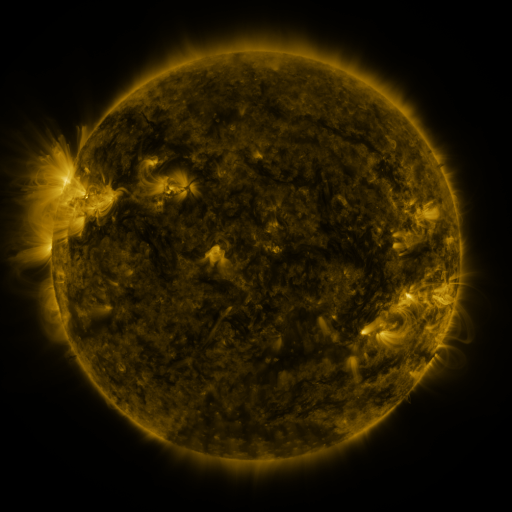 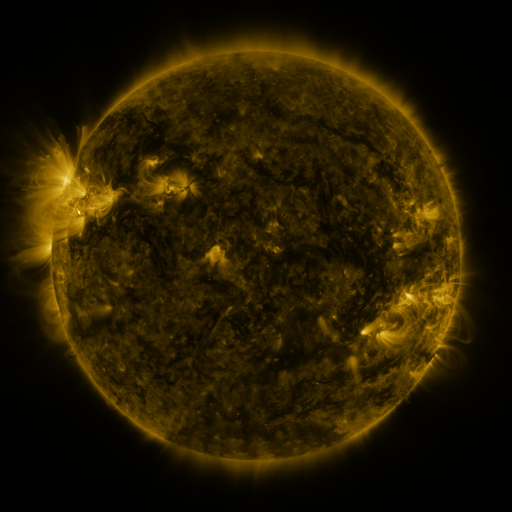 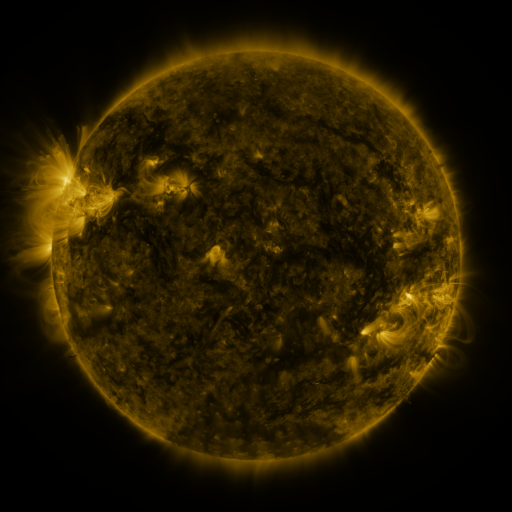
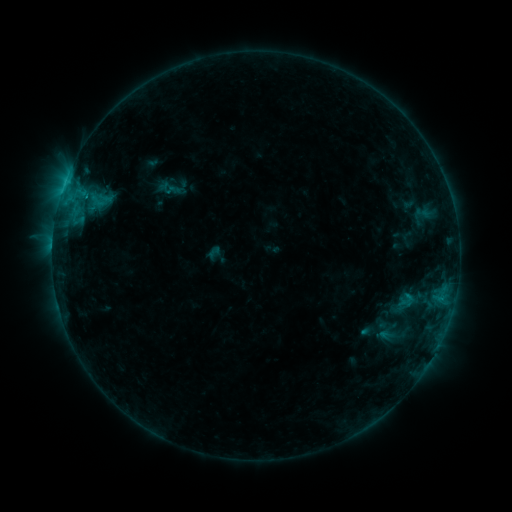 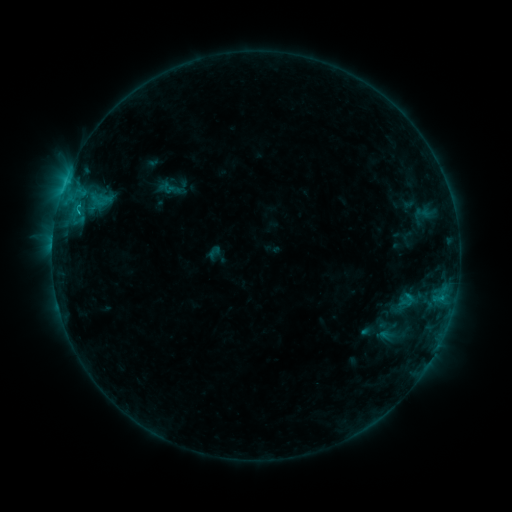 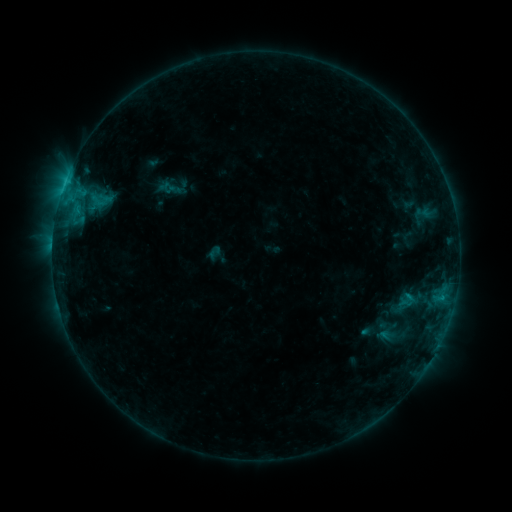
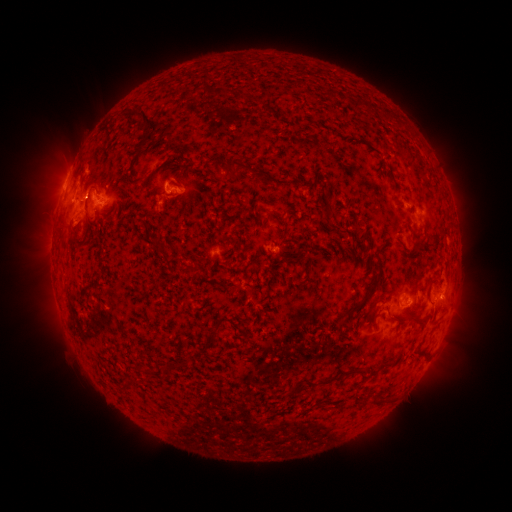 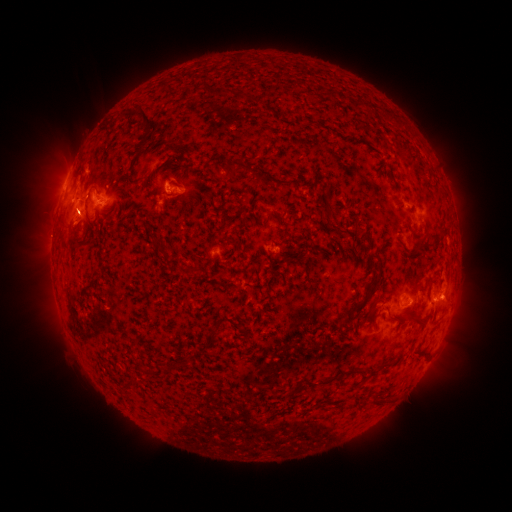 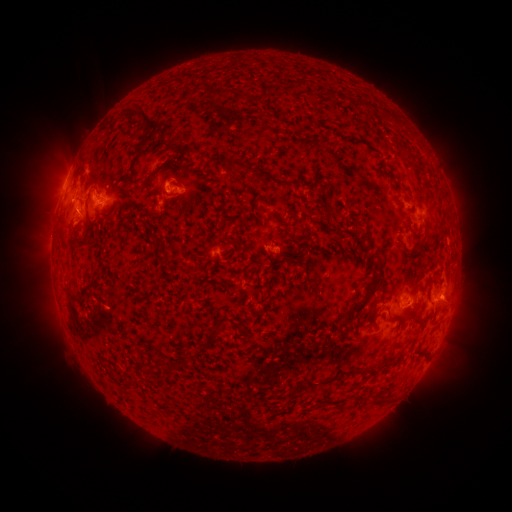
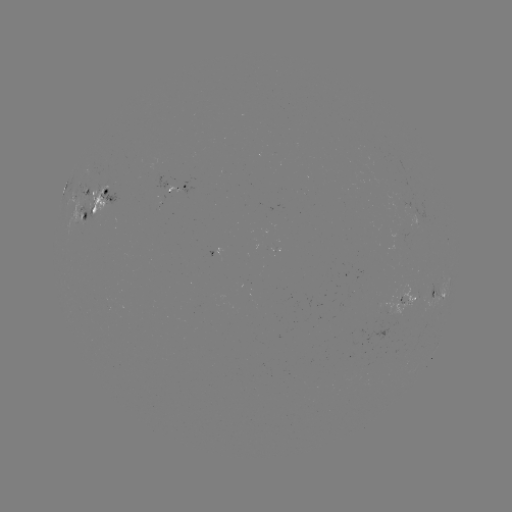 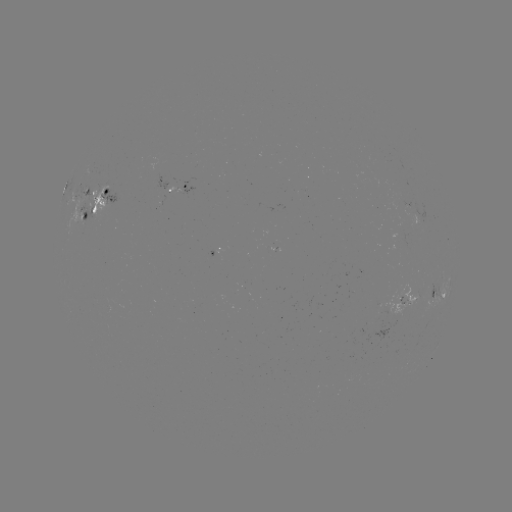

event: flare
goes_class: C1.2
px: (442, 294)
